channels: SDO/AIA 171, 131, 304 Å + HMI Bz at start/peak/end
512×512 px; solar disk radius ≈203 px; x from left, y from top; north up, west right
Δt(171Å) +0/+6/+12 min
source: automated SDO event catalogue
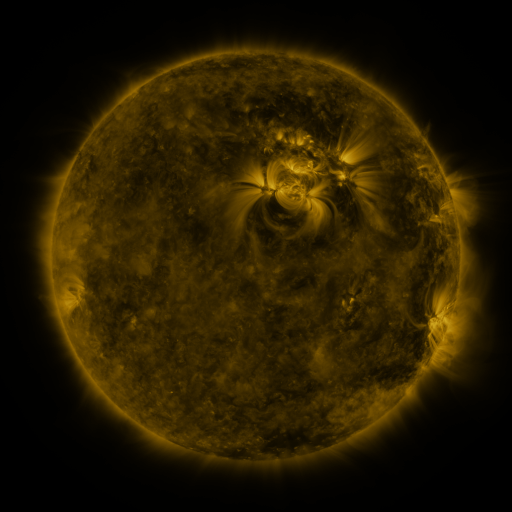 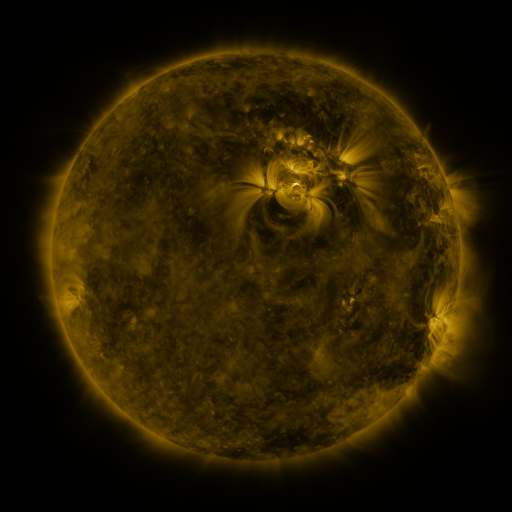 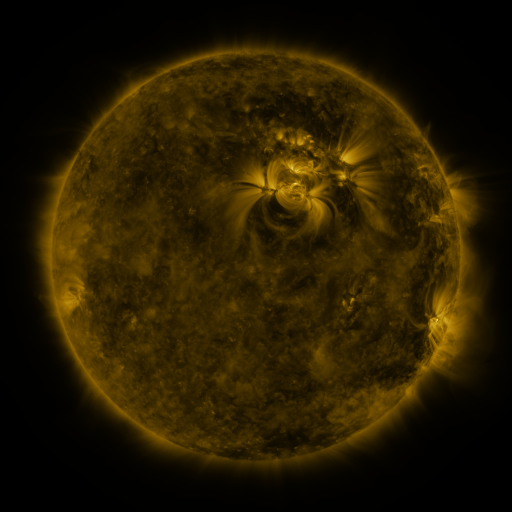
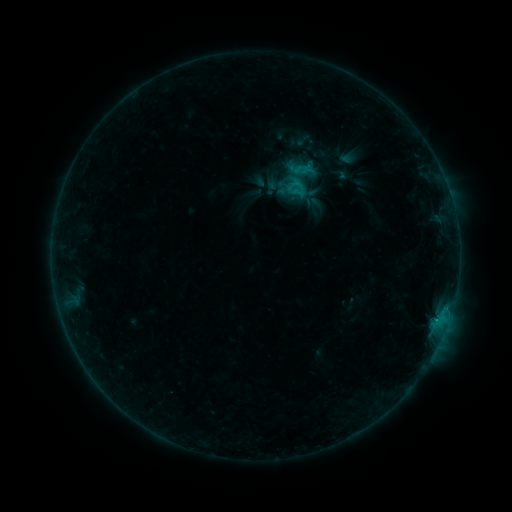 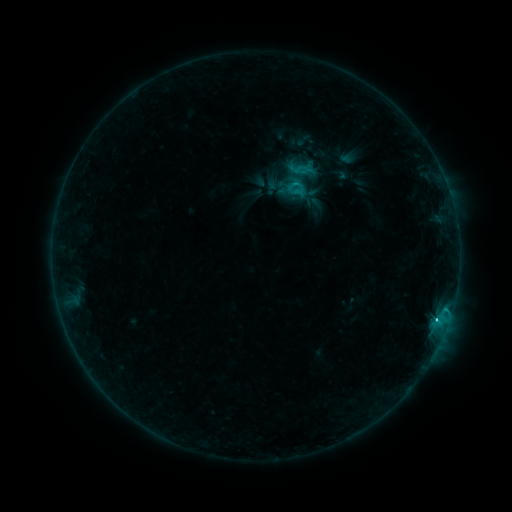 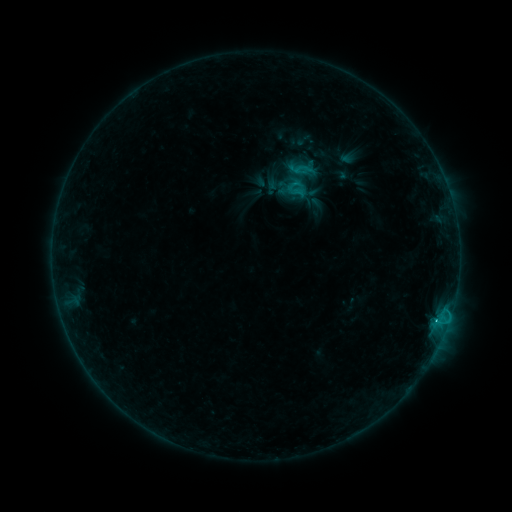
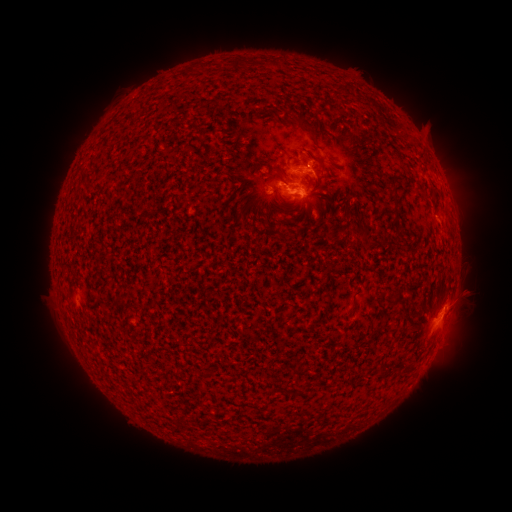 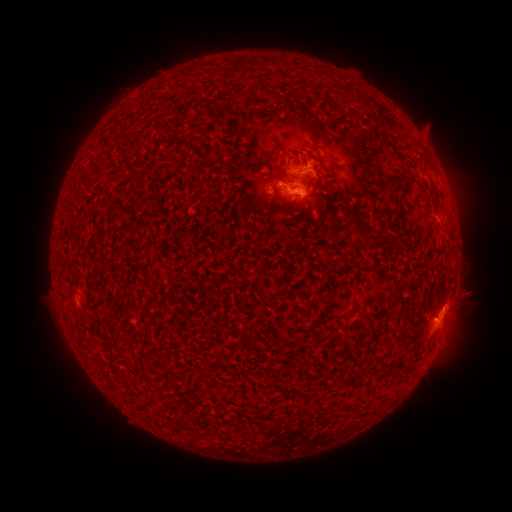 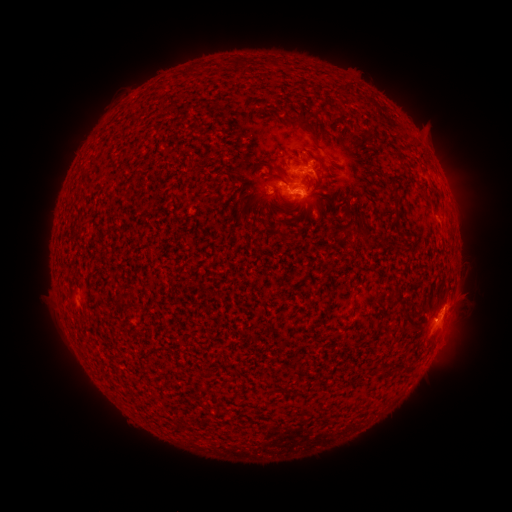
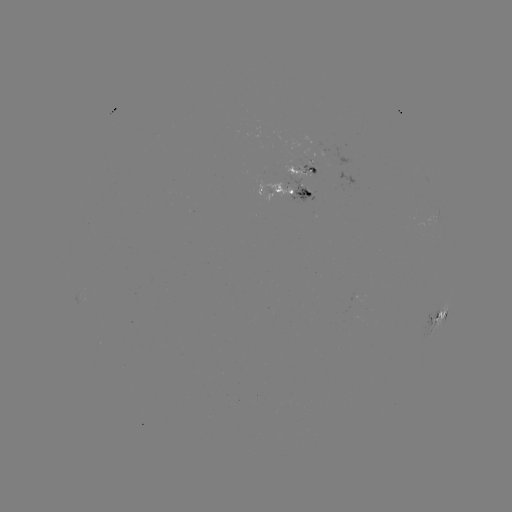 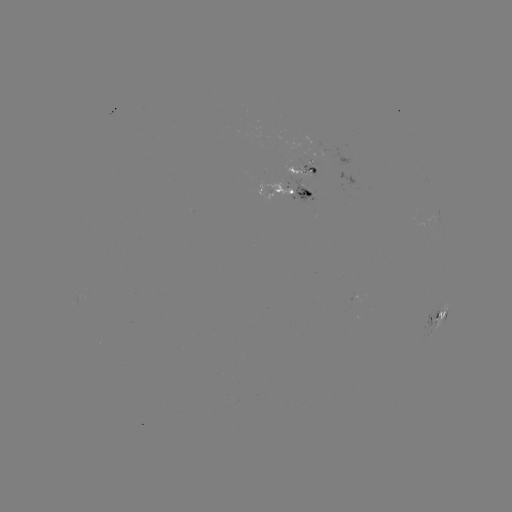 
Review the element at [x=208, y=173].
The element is C1.9 flare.